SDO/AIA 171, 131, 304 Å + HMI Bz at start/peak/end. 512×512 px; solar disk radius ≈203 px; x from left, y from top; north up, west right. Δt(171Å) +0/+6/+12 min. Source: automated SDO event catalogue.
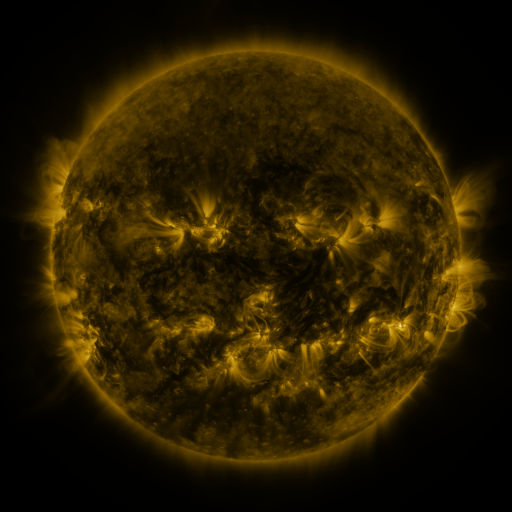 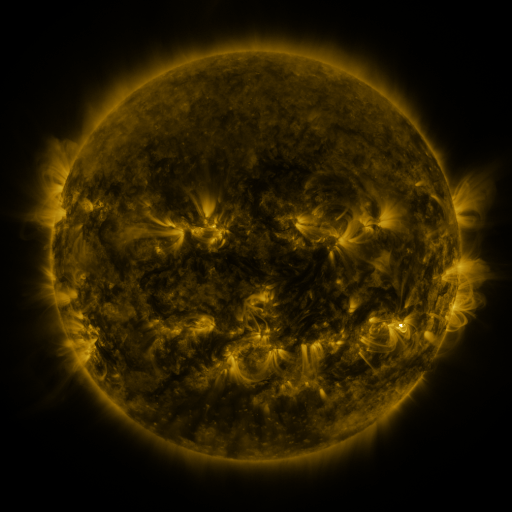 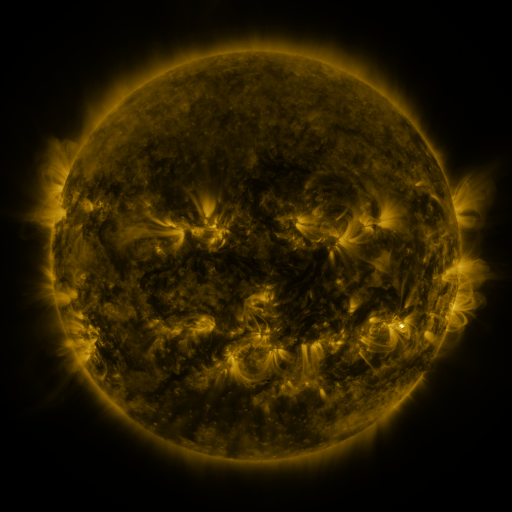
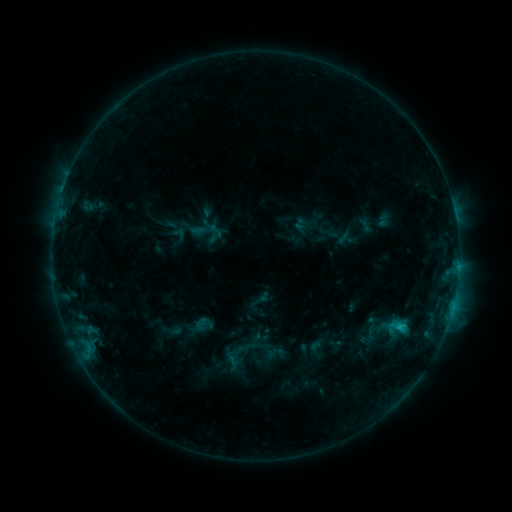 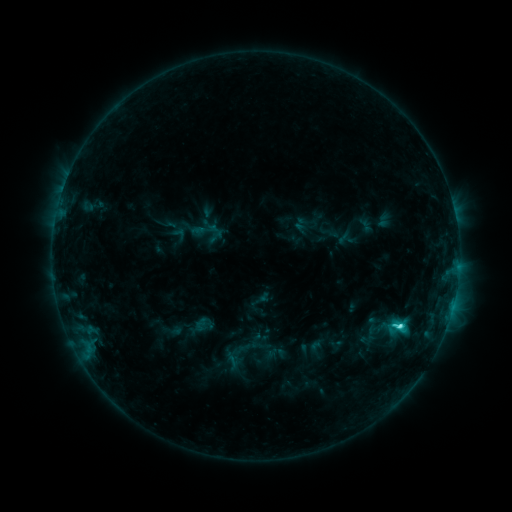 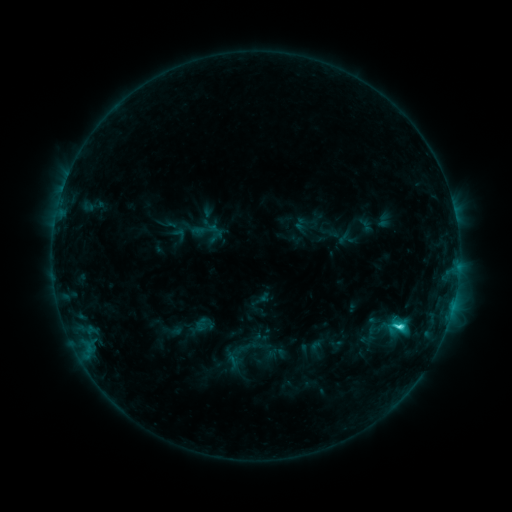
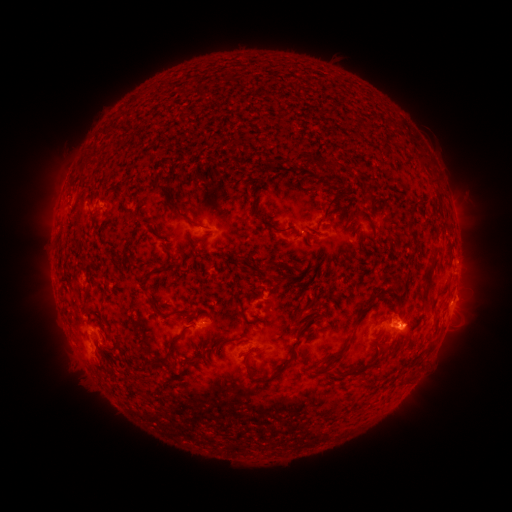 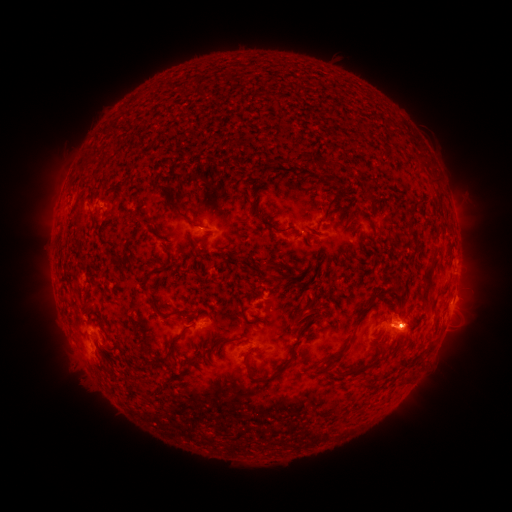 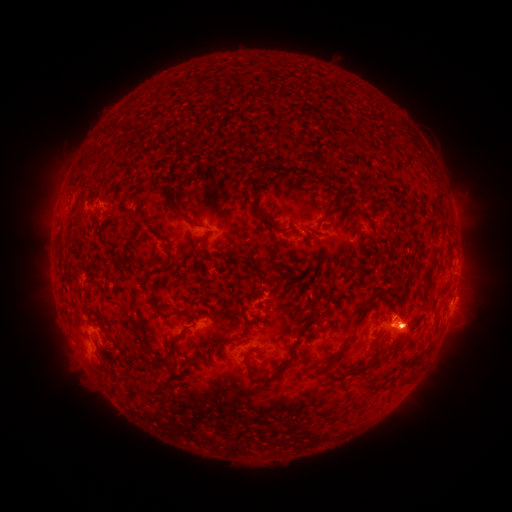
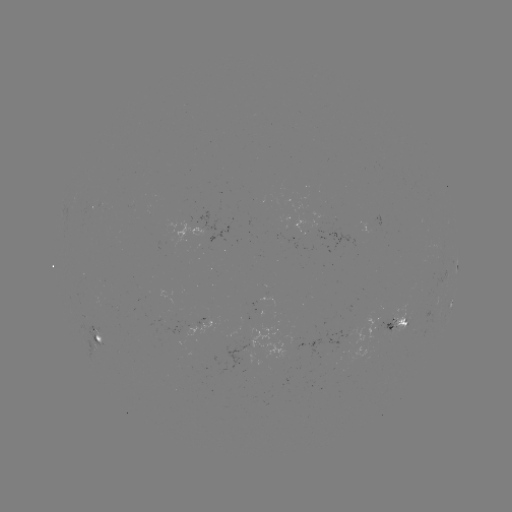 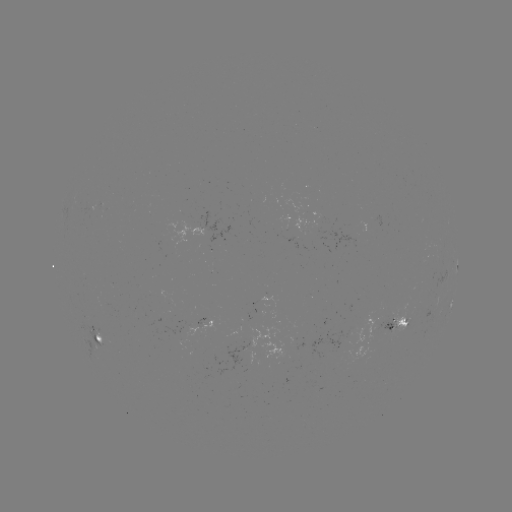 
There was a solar flare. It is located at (399, 326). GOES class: C2.7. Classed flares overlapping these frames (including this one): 1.